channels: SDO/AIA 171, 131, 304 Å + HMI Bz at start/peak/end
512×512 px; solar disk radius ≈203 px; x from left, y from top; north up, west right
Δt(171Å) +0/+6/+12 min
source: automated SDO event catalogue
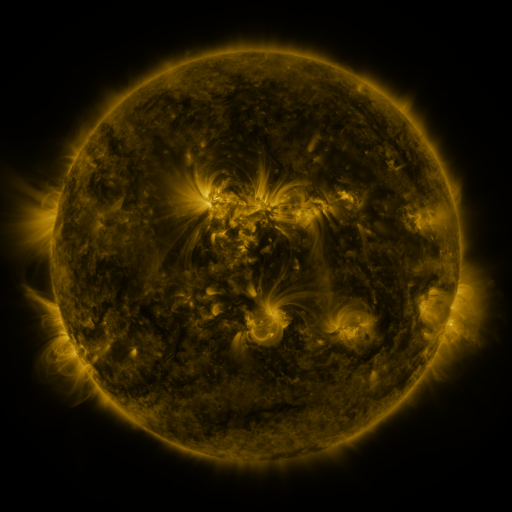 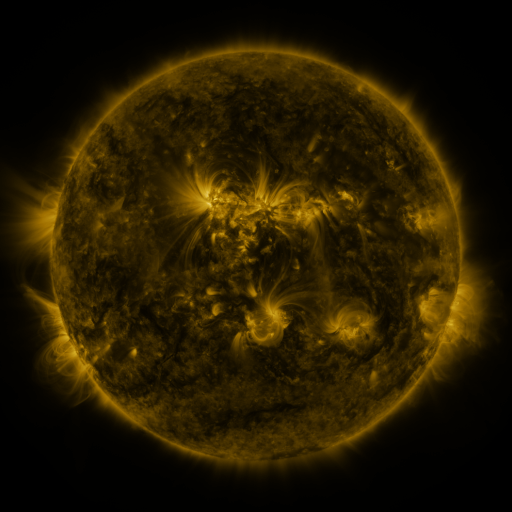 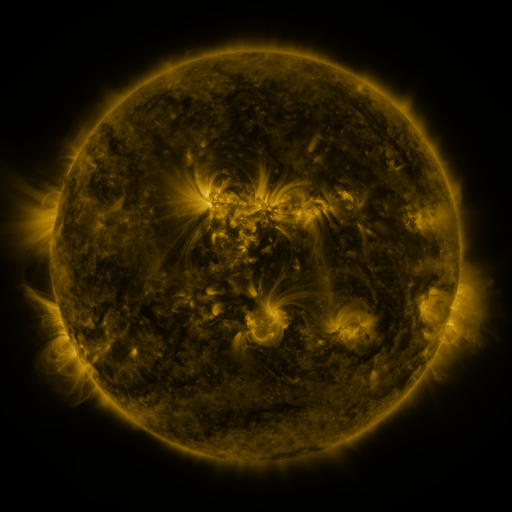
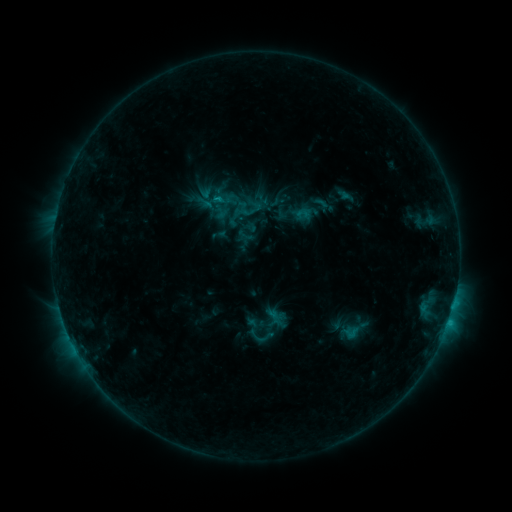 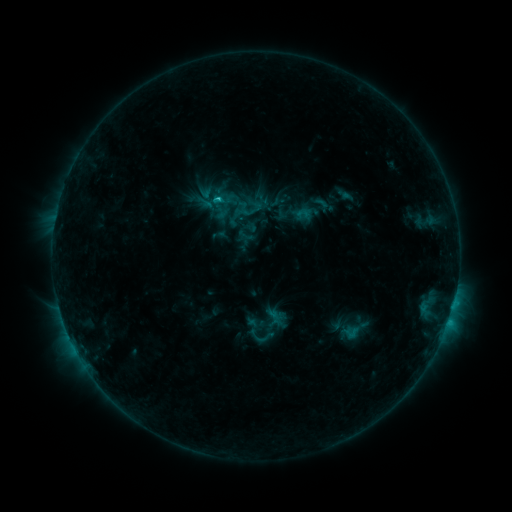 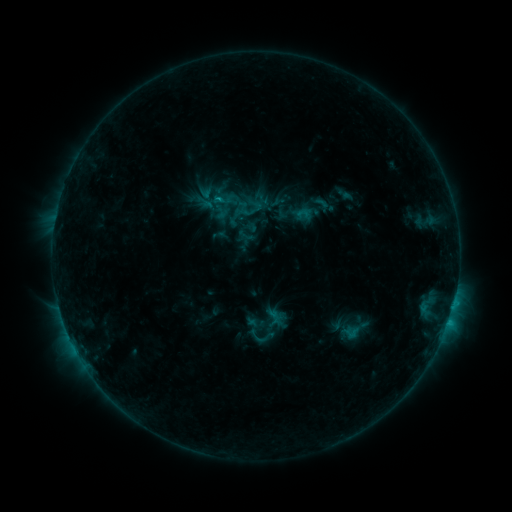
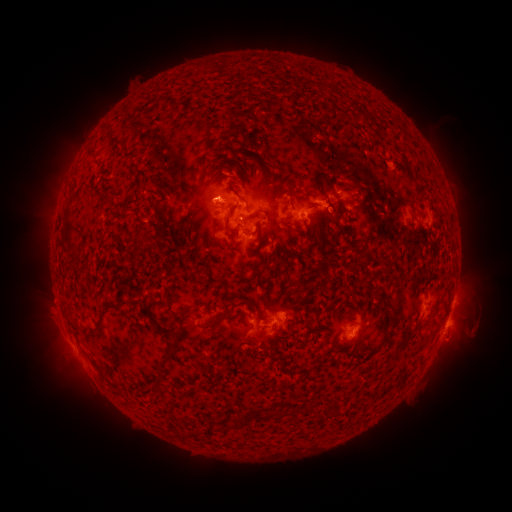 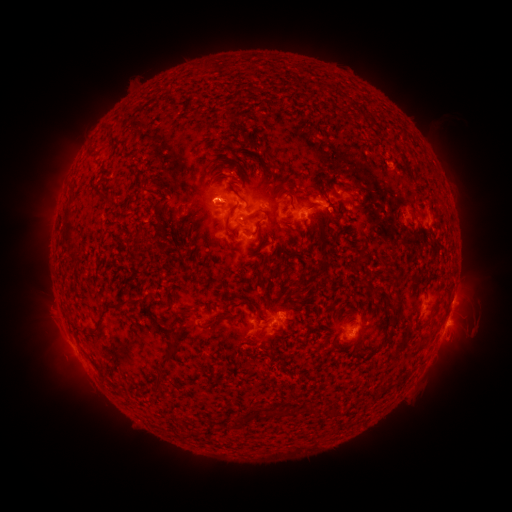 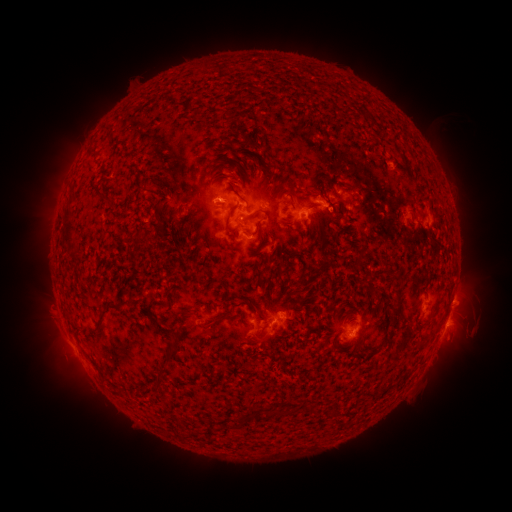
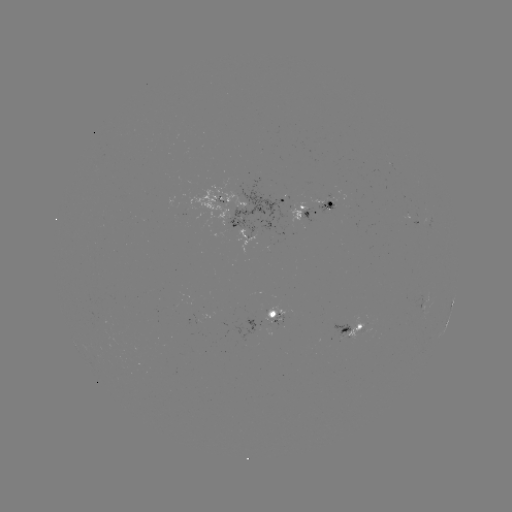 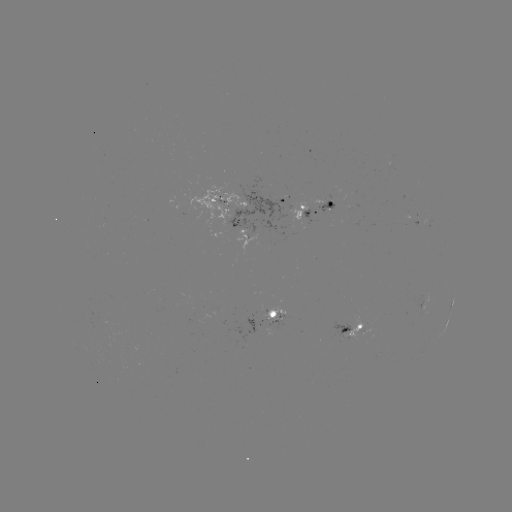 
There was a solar flare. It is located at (218, 203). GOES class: C1.1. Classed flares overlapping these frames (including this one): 1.